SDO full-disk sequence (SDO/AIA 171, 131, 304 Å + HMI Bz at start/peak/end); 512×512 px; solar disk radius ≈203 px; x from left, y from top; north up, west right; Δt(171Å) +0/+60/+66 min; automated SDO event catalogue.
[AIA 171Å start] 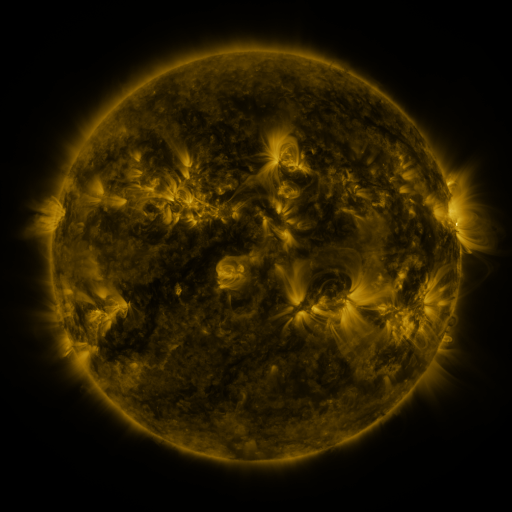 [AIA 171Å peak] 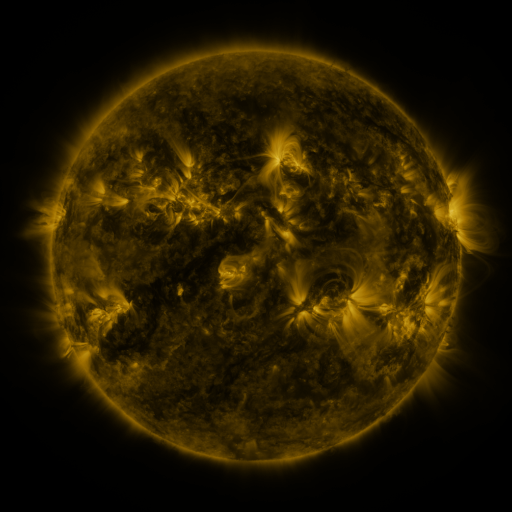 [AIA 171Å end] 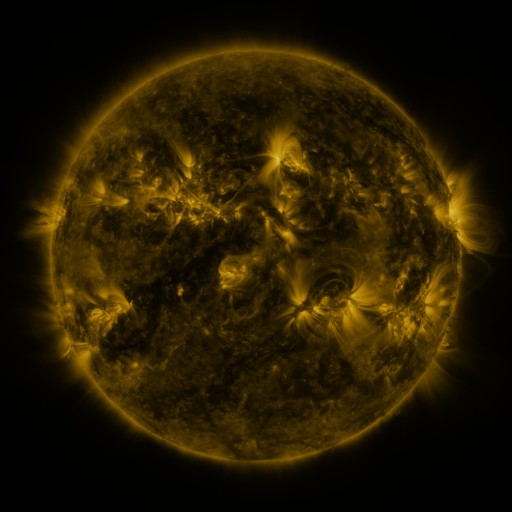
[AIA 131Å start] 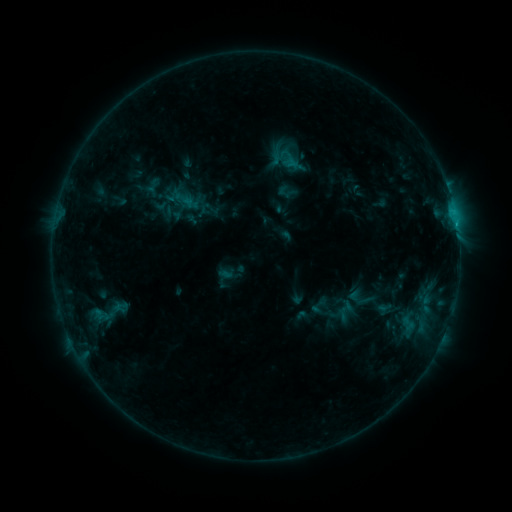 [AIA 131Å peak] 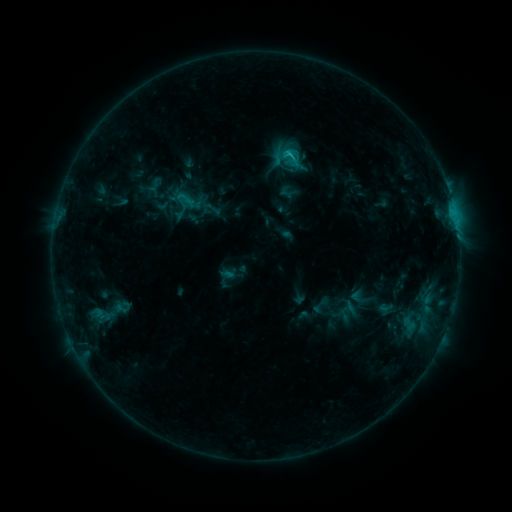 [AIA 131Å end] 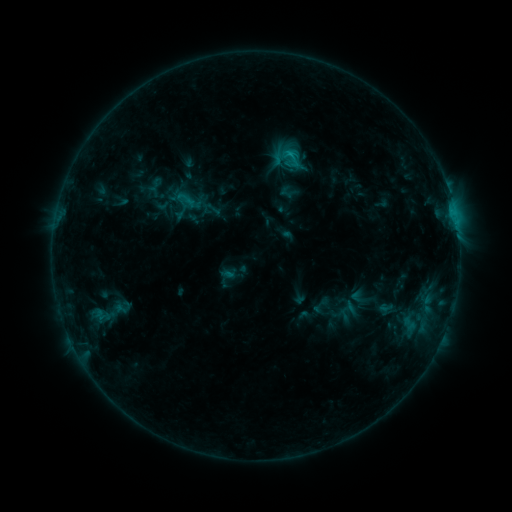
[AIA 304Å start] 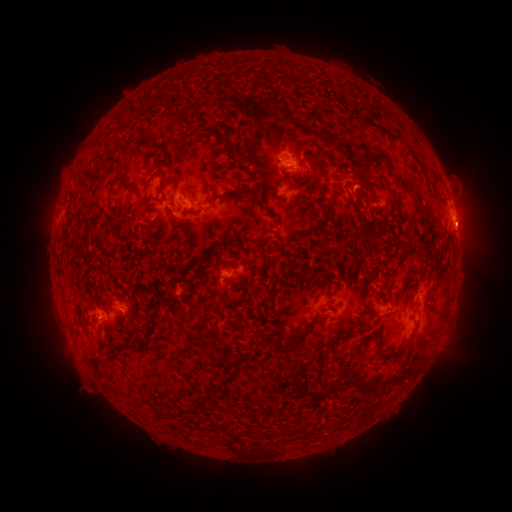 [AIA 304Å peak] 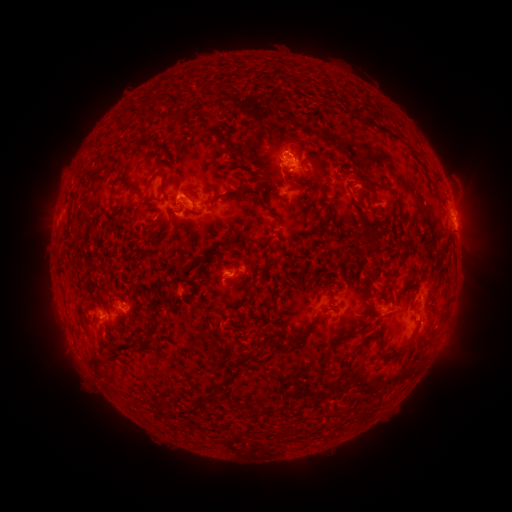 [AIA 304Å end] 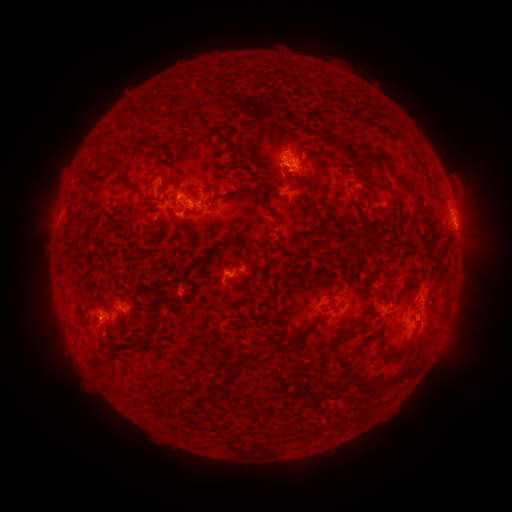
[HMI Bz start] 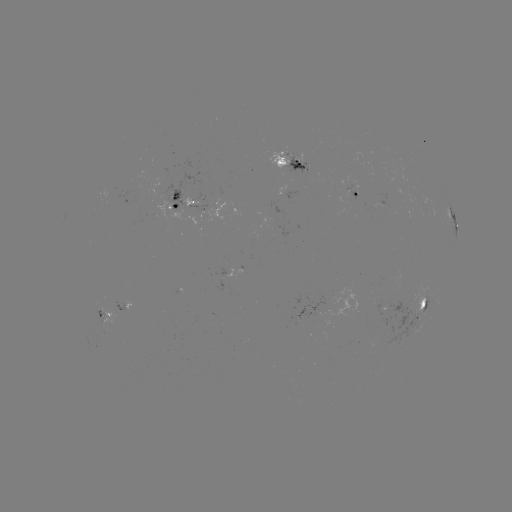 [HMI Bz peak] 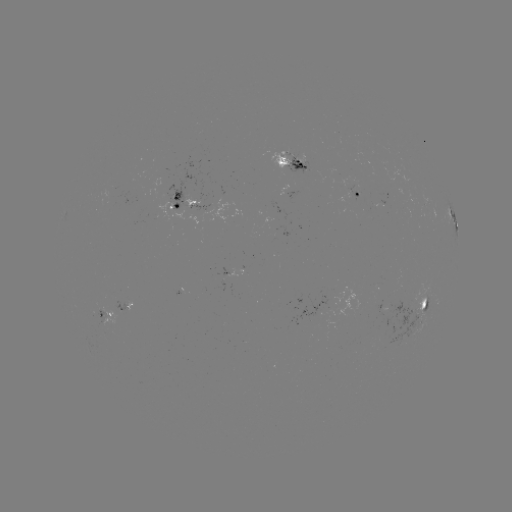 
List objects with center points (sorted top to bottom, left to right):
C1.2 flare: (288, 157)
